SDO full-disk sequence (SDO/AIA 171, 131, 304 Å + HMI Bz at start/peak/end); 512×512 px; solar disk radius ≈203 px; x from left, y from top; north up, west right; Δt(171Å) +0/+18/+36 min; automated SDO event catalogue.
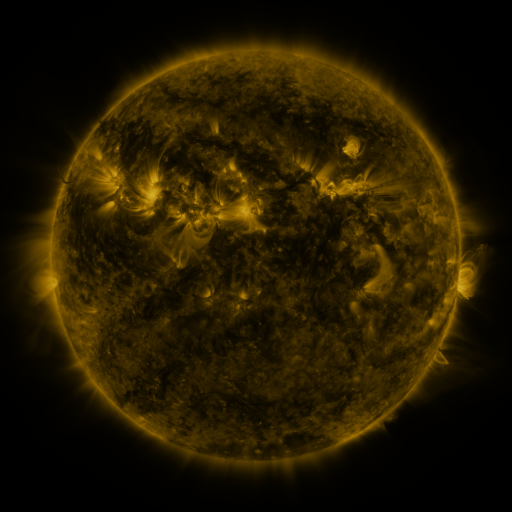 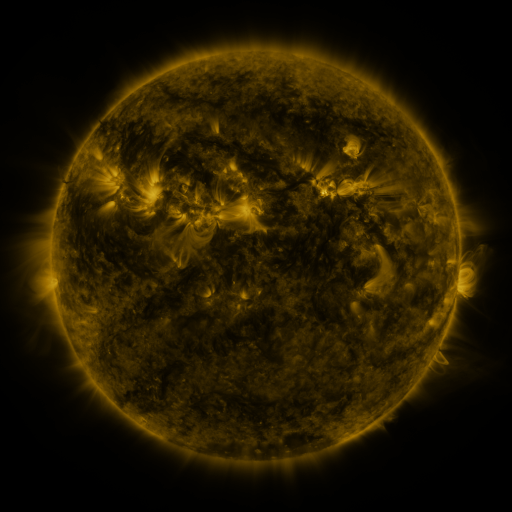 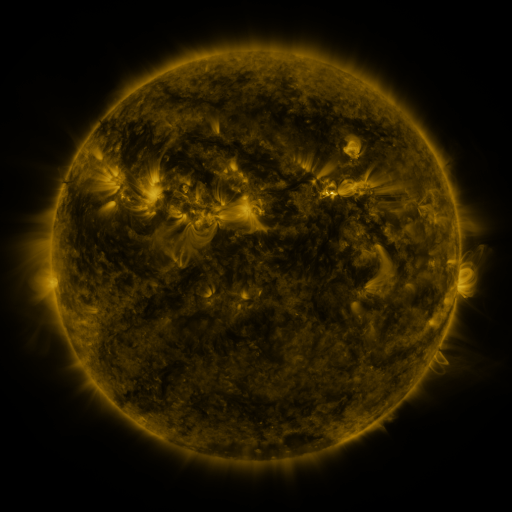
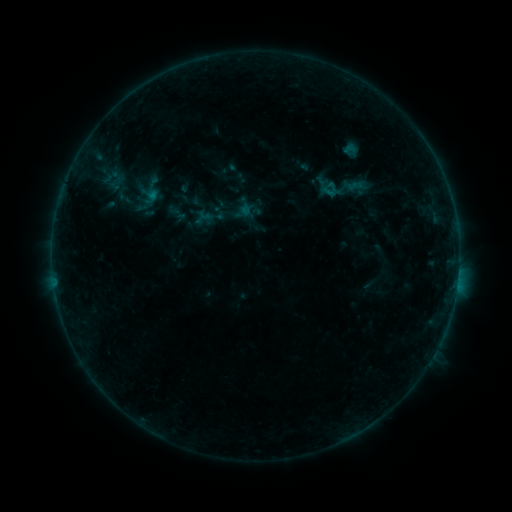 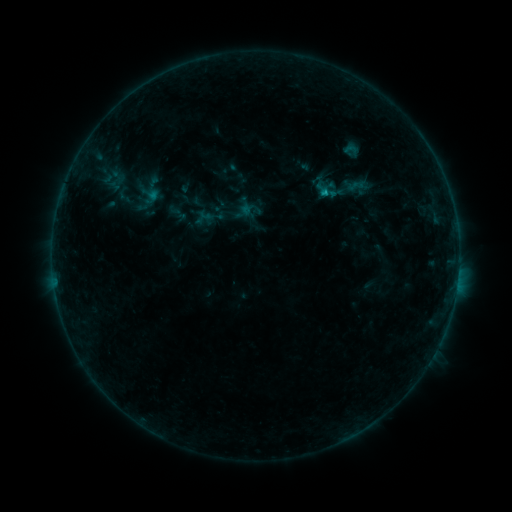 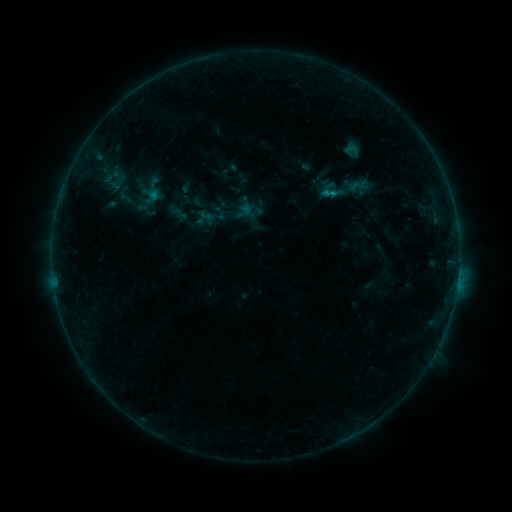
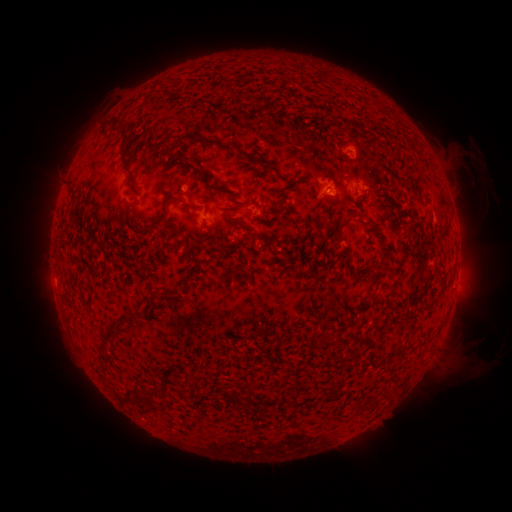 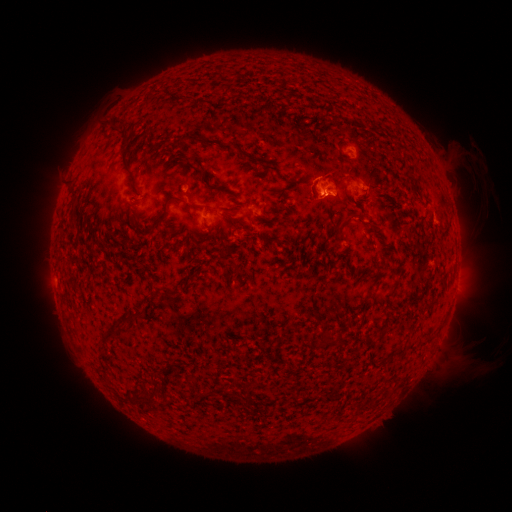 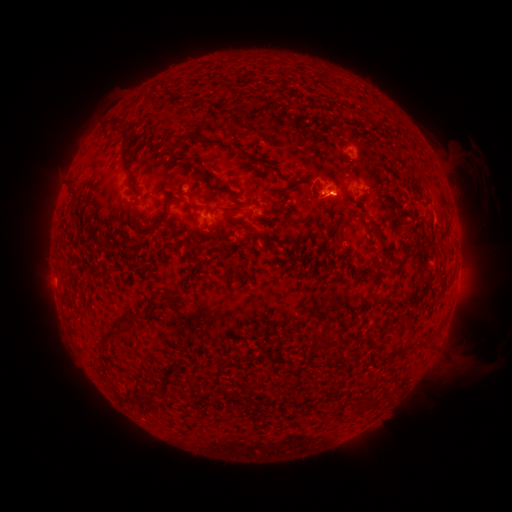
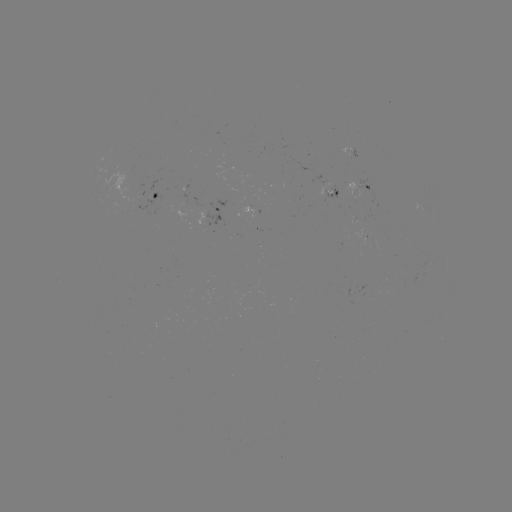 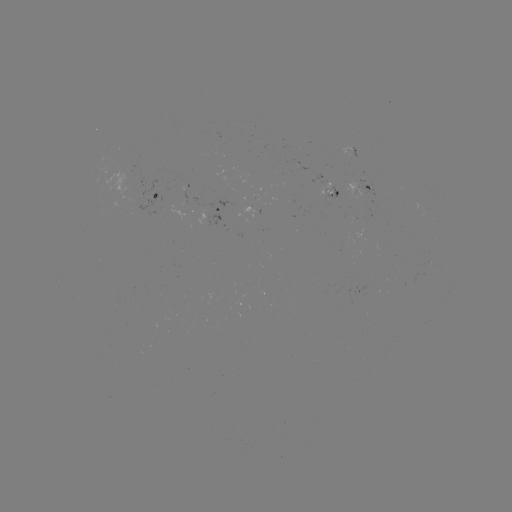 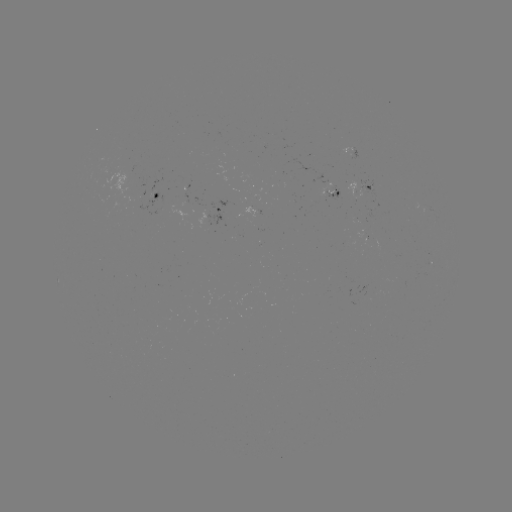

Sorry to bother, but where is B4.3 flare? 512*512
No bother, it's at [324, 193].